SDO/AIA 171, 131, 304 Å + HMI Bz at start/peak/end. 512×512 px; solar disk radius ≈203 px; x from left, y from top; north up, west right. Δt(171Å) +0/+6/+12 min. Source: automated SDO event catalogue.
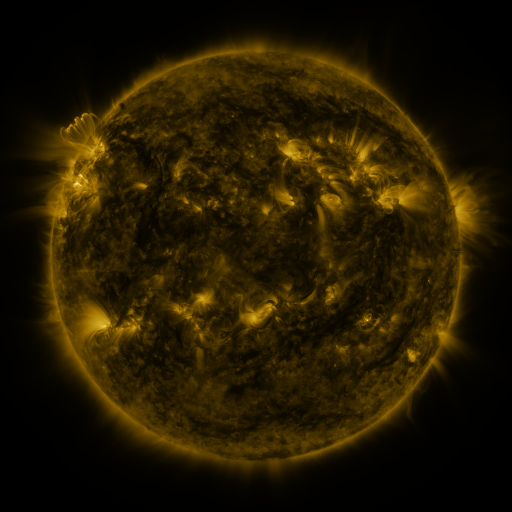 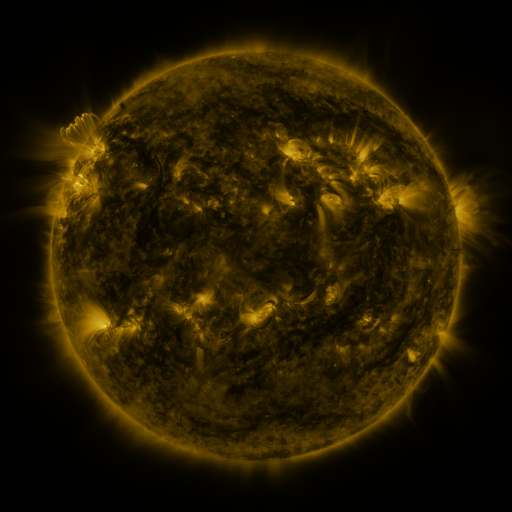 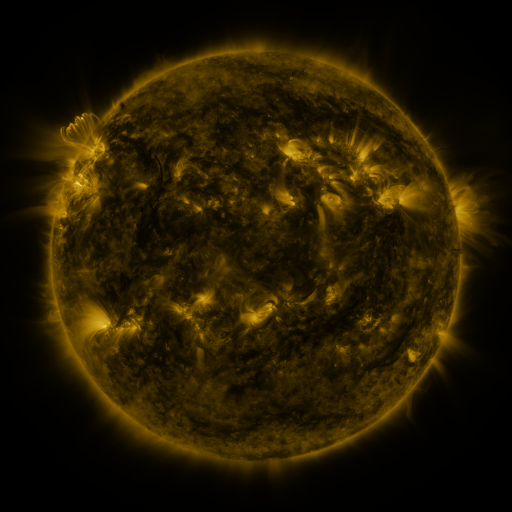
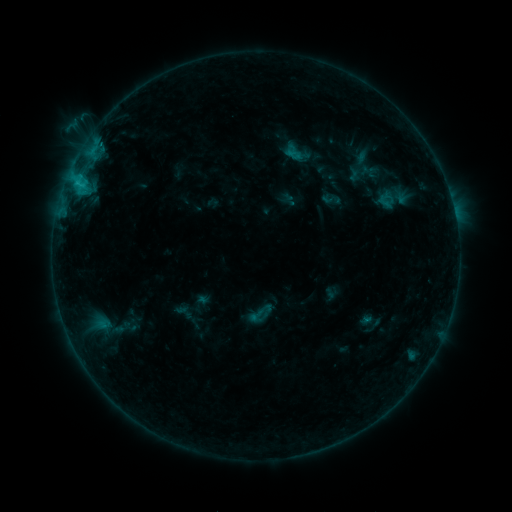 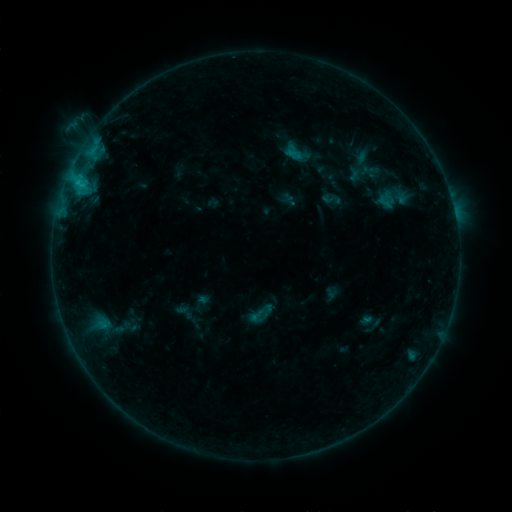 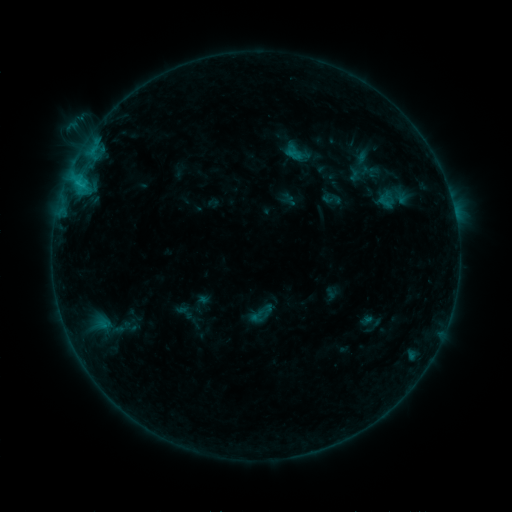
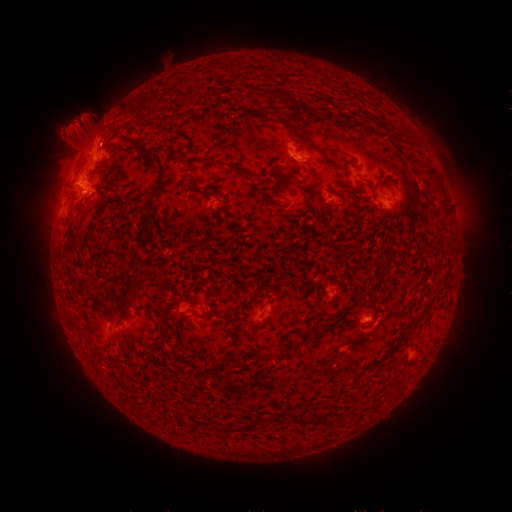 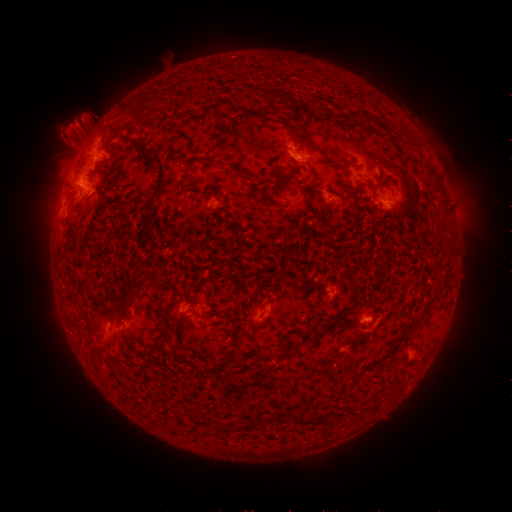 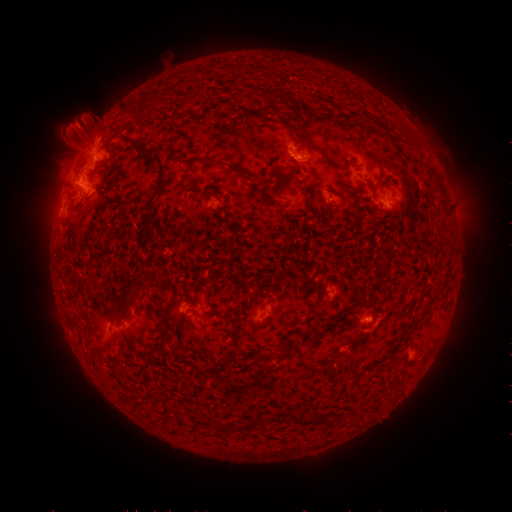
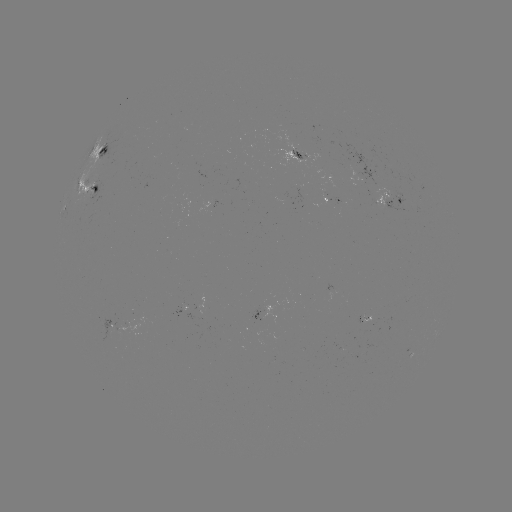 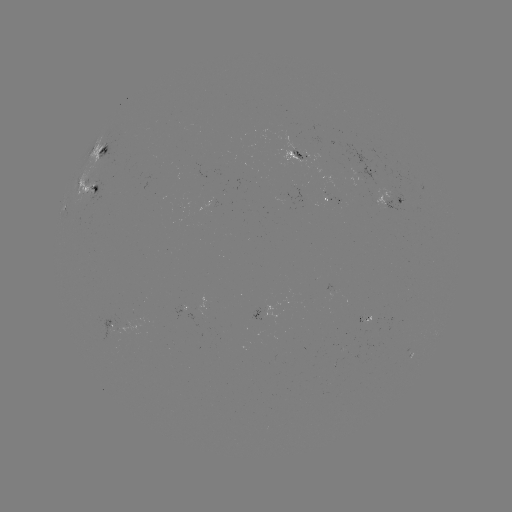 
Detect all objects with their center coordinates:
eruption: (71, 139)
